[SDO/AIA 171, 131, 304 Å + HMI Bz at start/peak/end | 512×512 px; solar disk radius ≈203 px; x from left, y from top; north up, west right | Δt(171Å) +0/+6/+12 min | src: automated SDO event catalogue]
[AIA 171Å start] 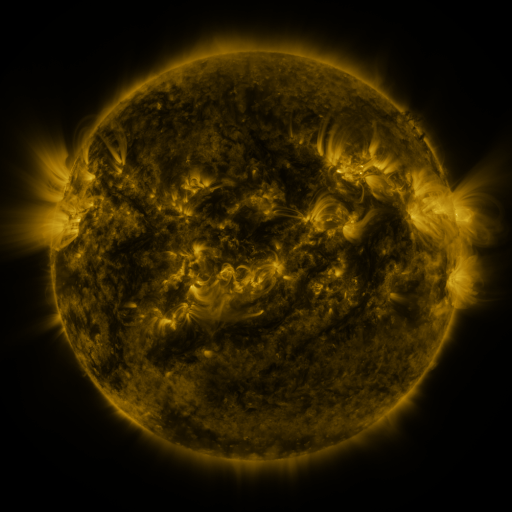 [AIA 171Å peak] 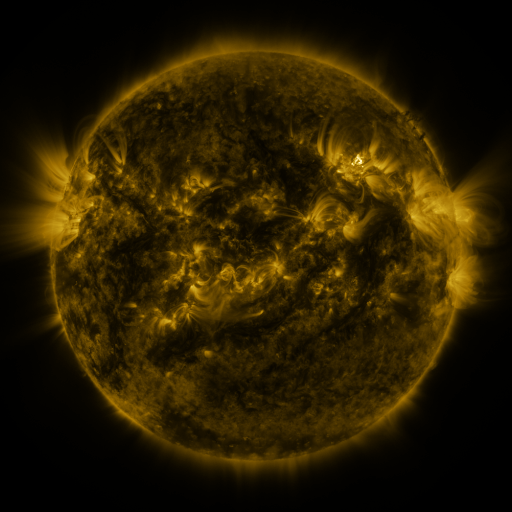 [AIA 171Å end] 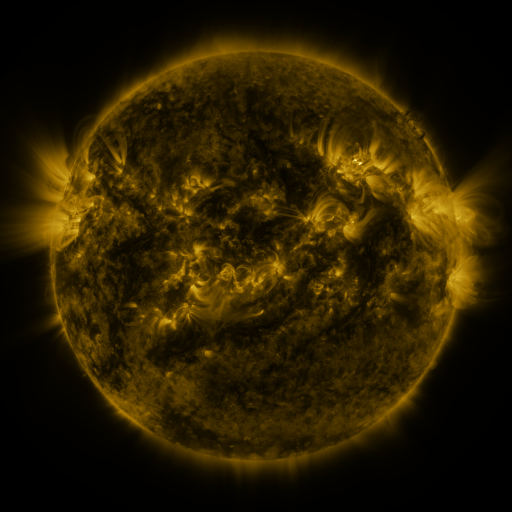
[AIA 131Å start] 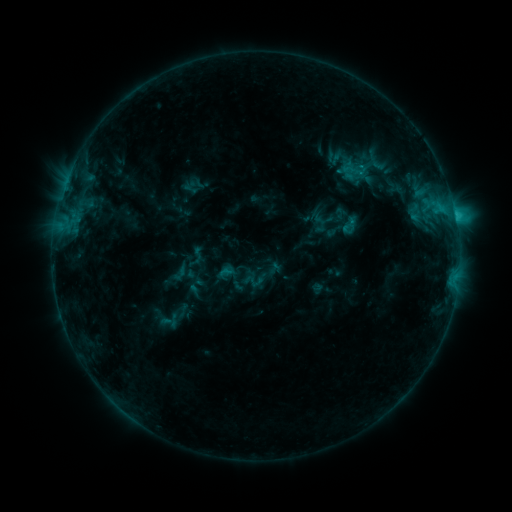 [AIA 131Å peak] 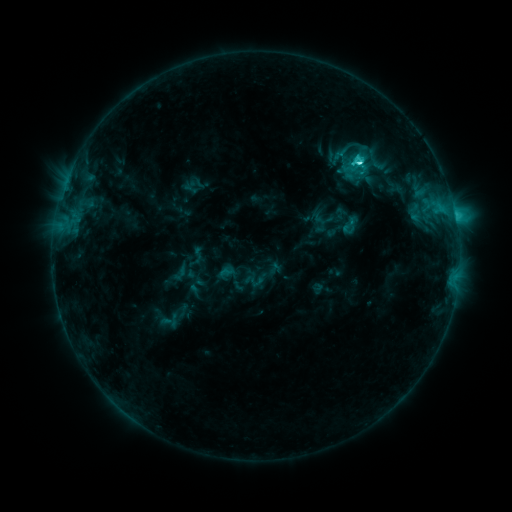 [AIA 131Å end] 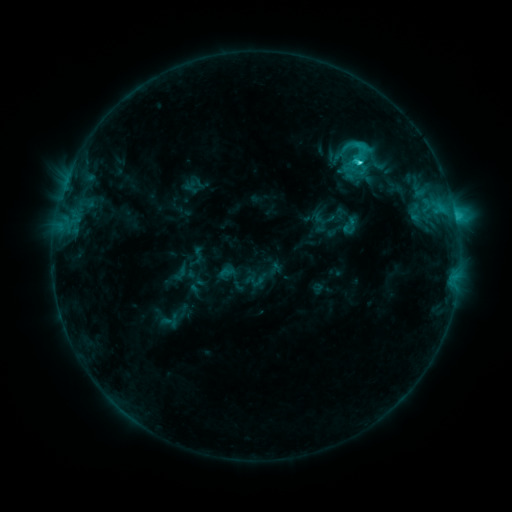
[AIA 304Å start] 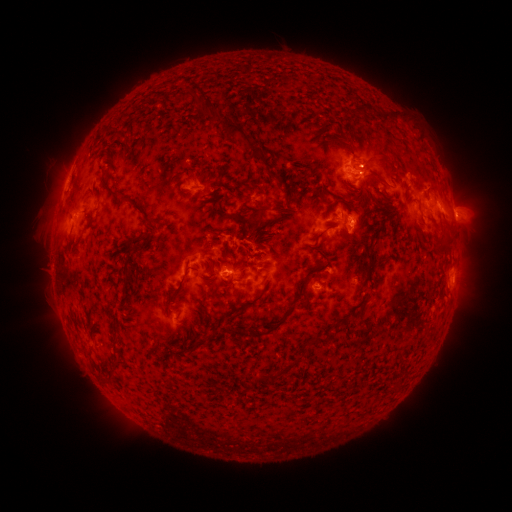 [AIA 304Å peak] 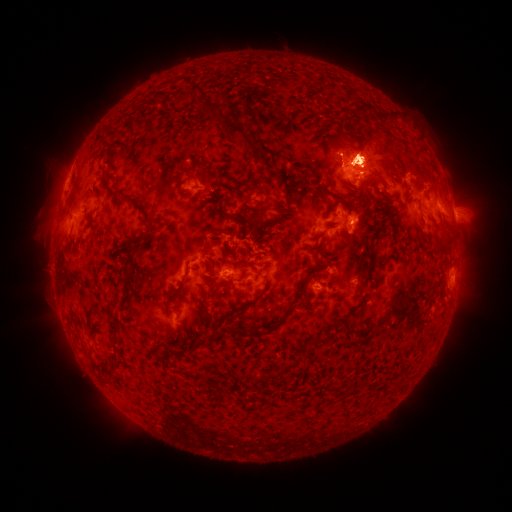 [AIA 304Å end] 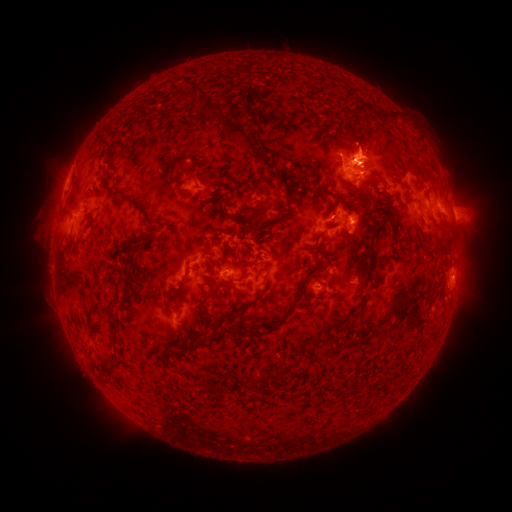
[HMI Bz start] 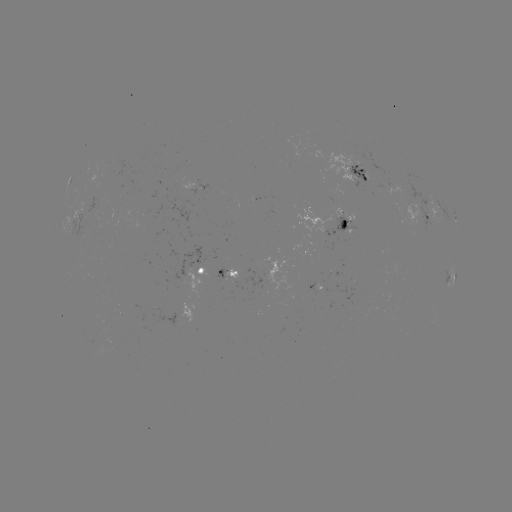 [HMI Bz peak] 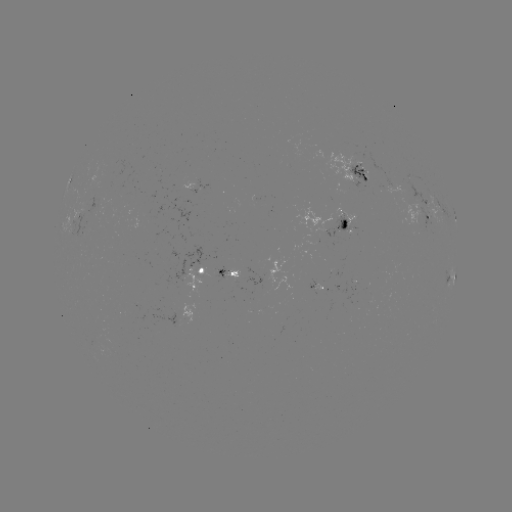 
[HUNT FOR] C3.7 flare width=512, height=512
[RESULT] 358,162